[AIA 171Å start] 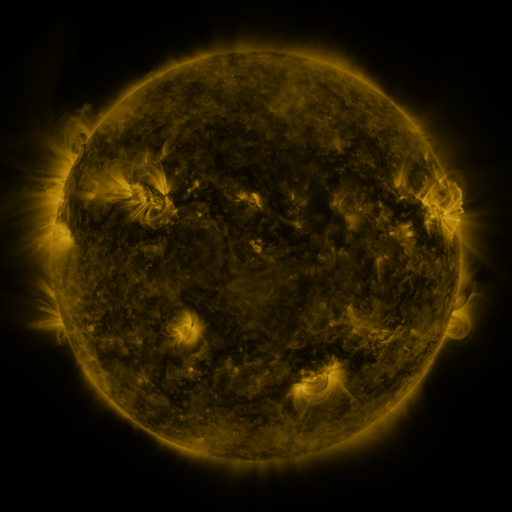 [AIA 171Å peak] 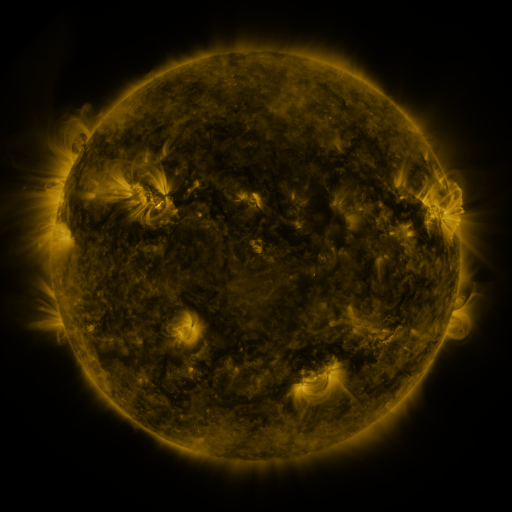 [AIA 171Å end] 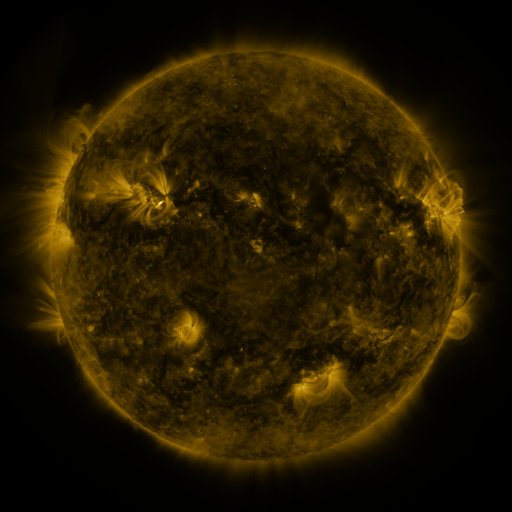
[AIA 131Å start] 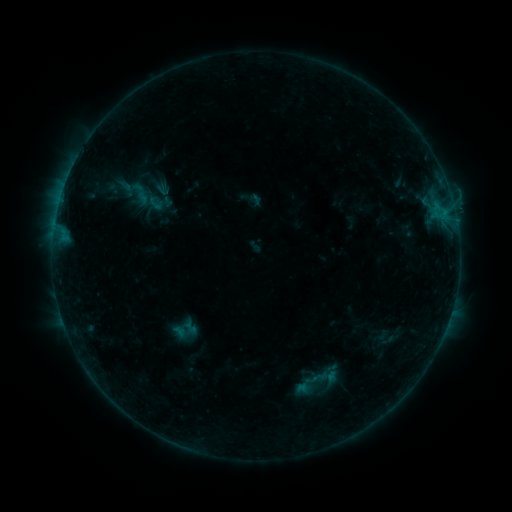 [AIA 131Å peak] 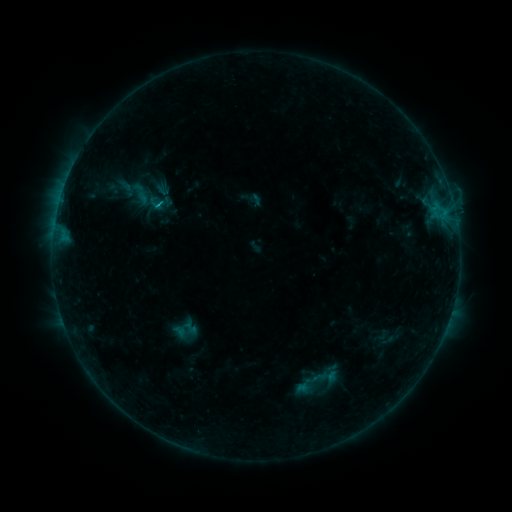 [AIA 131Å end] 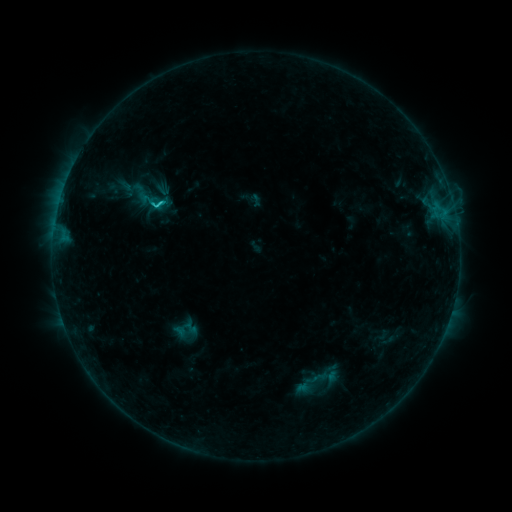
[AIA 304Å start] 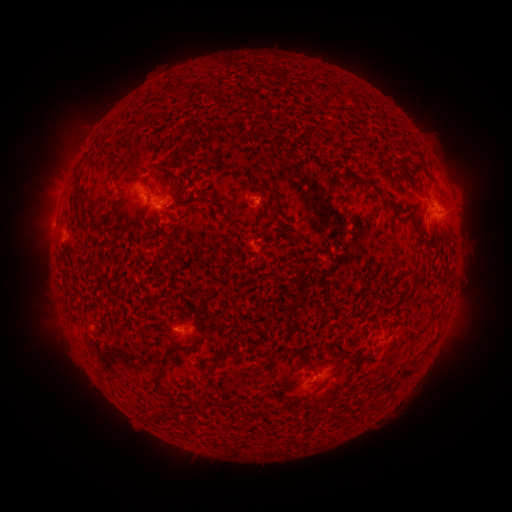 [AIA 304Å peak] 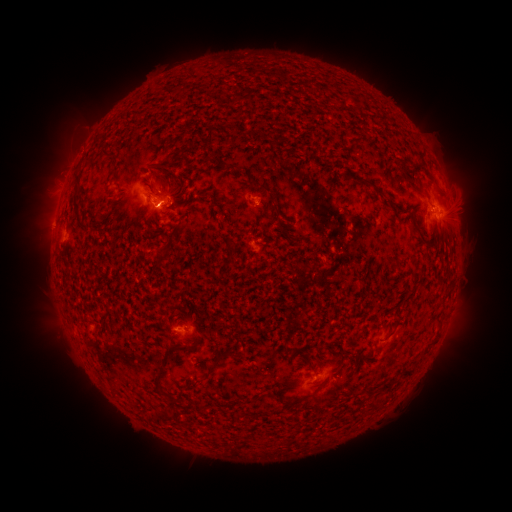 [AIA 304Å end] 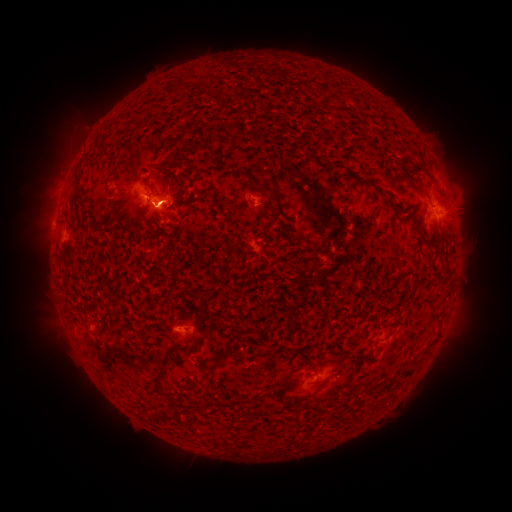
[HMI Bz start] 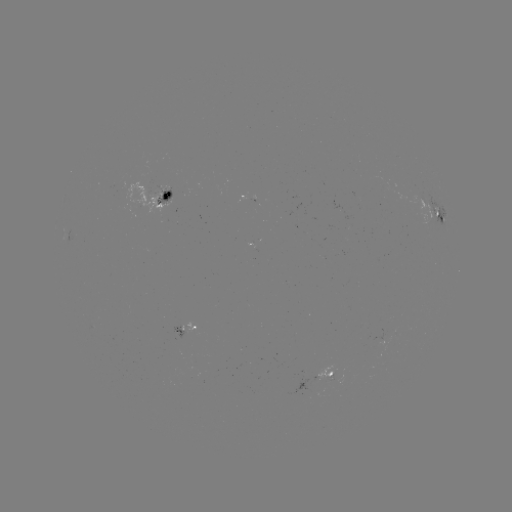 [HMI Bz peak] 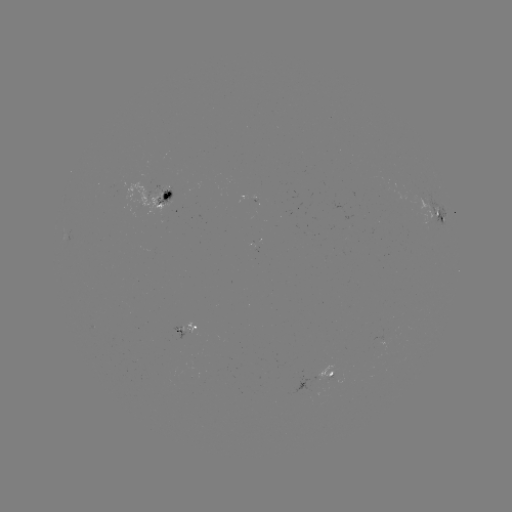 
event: flare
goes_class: B8.1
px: (157, 207)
